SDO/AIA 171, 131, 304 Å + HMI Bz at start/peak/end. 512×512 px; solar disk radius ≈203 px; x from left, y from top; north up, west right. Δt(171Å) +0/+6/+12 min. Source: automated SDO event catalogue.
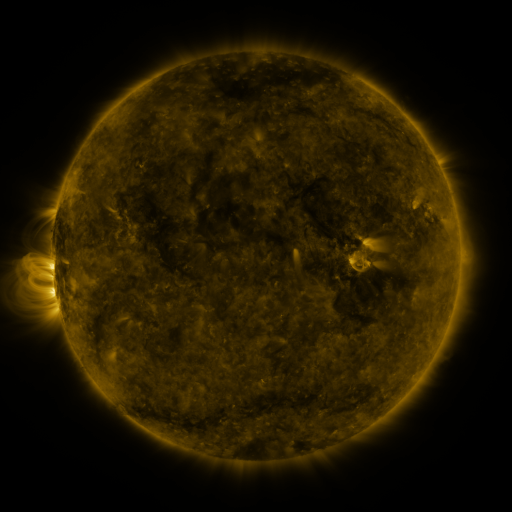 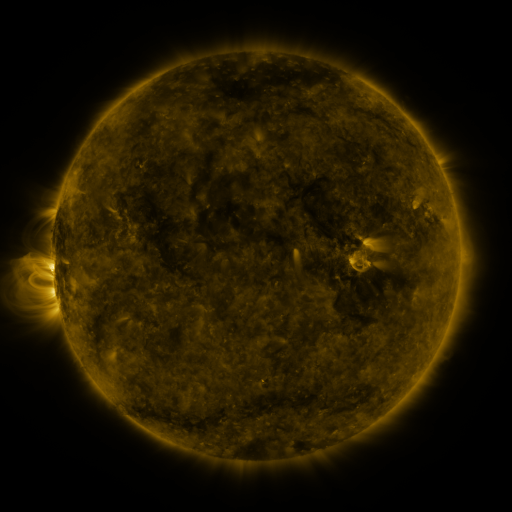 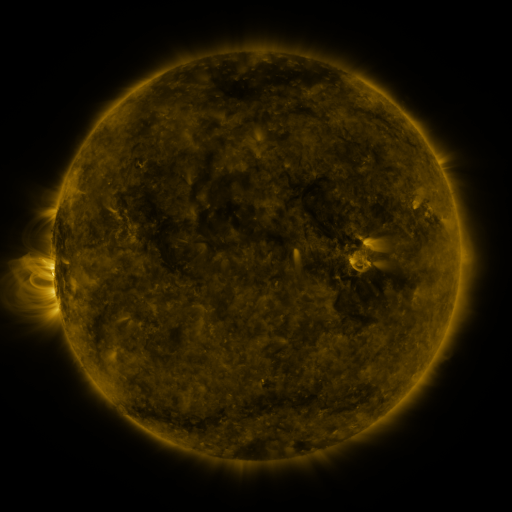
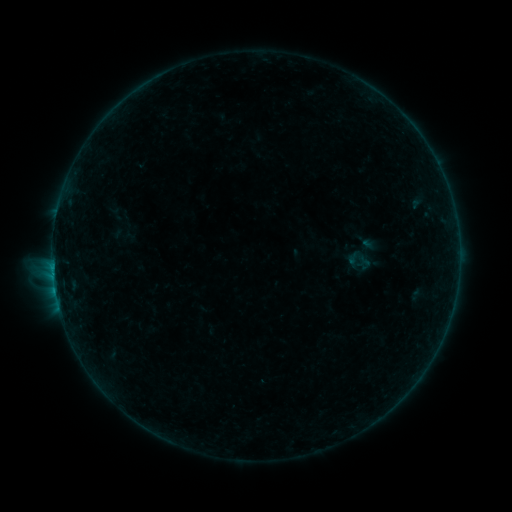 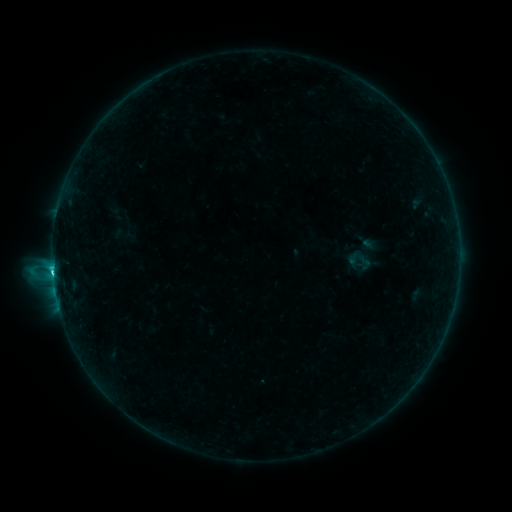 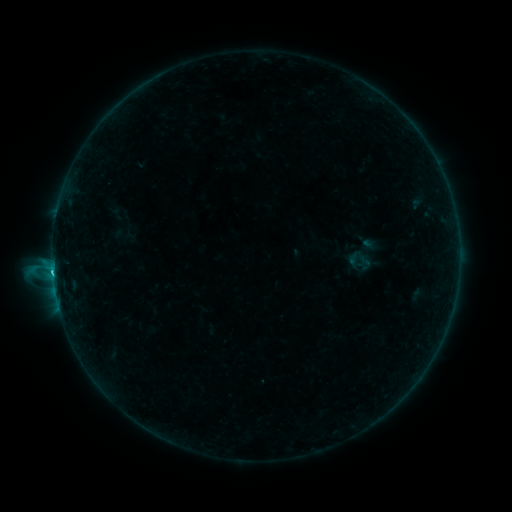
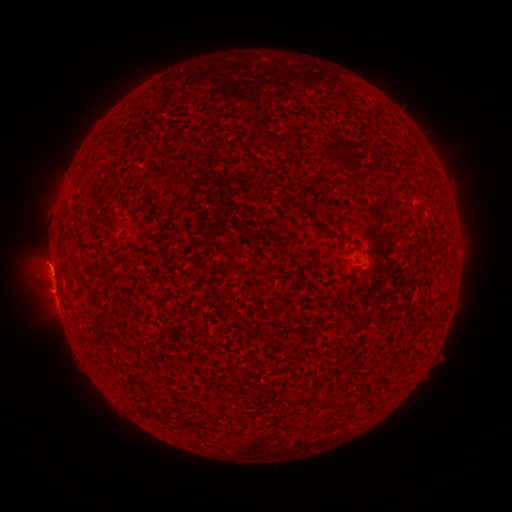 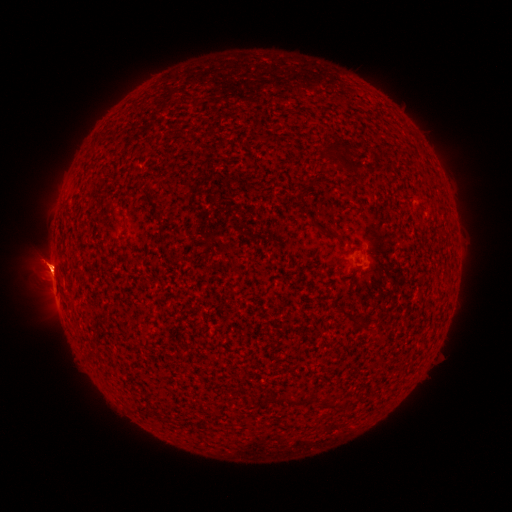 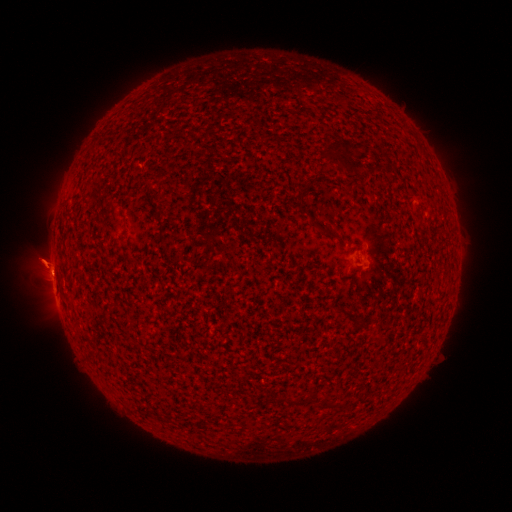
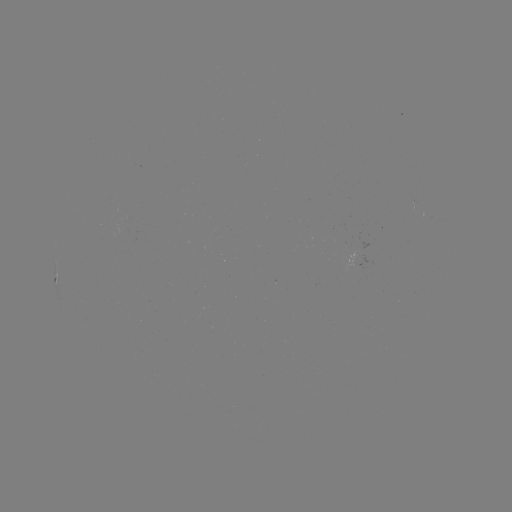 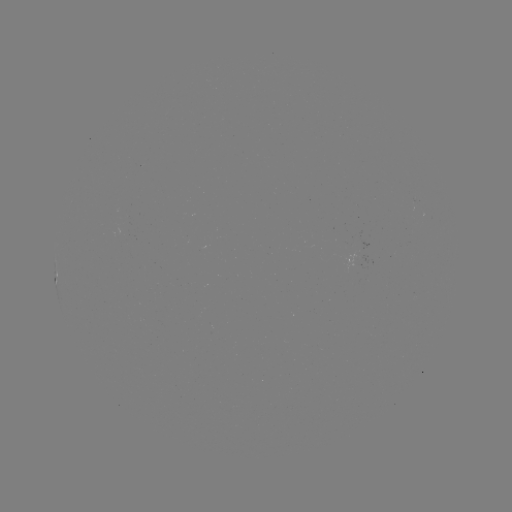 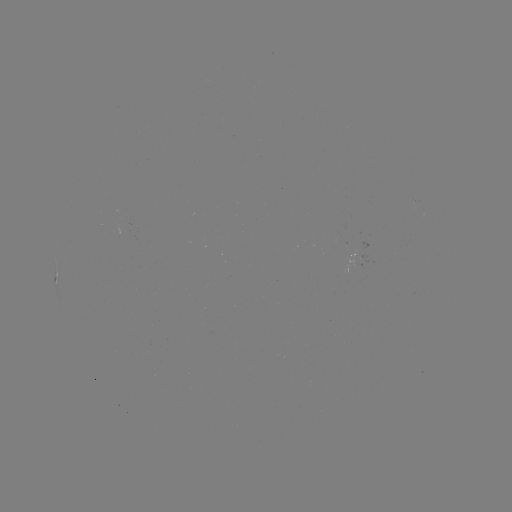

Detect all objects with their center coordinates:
eruption: (47, 259)
